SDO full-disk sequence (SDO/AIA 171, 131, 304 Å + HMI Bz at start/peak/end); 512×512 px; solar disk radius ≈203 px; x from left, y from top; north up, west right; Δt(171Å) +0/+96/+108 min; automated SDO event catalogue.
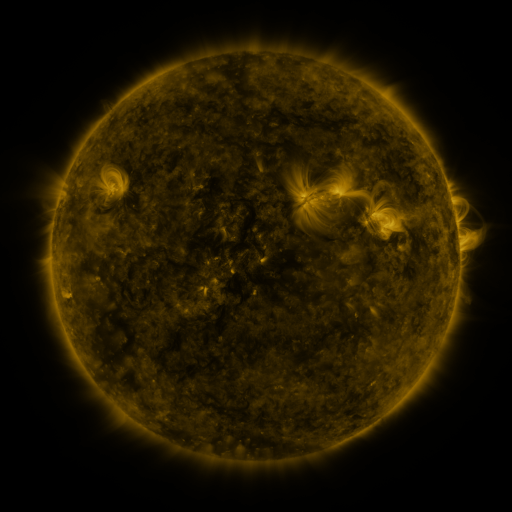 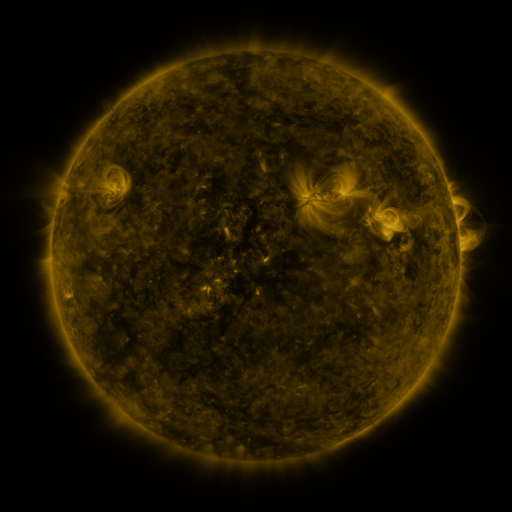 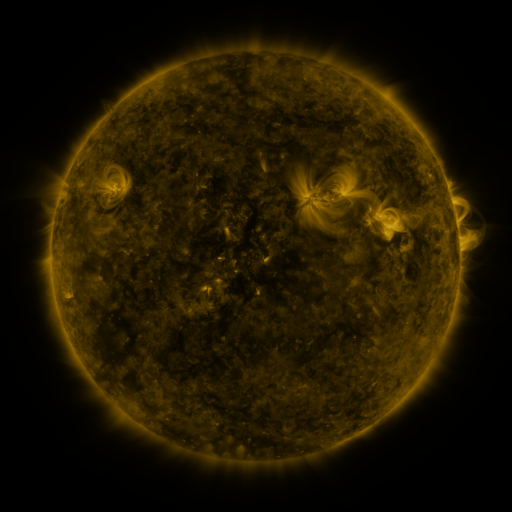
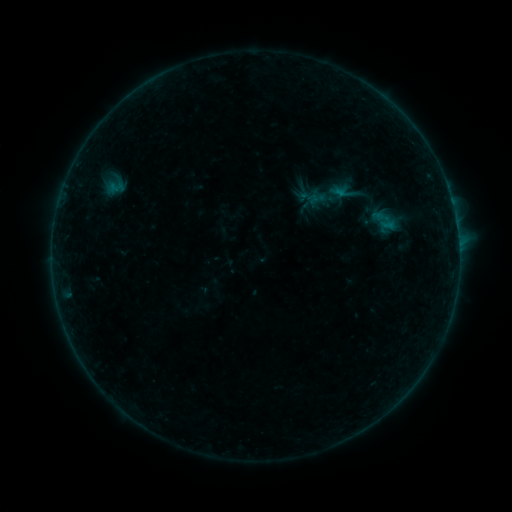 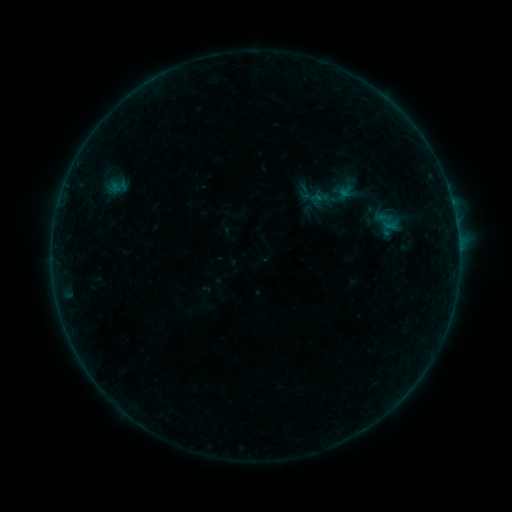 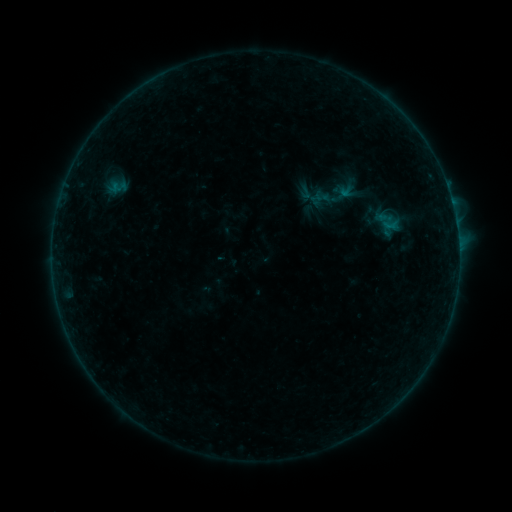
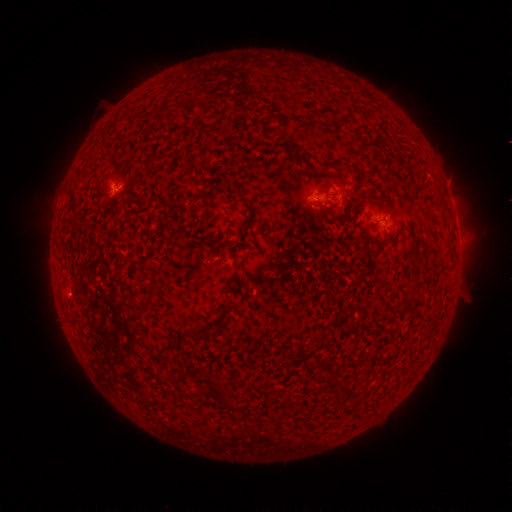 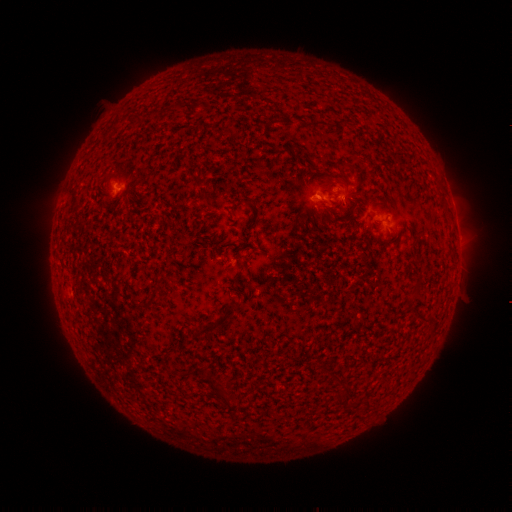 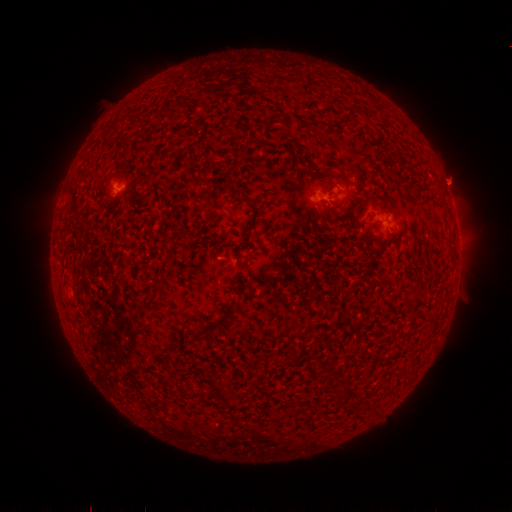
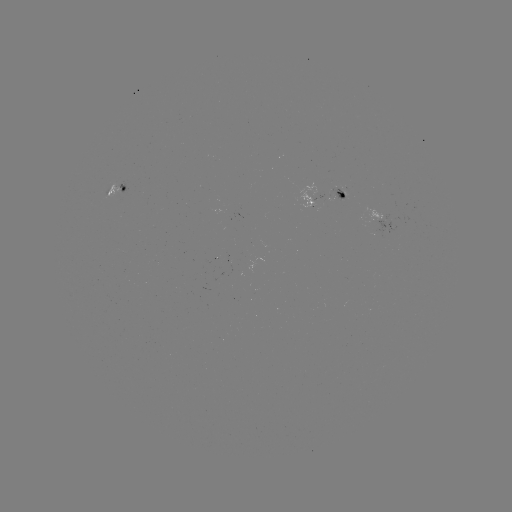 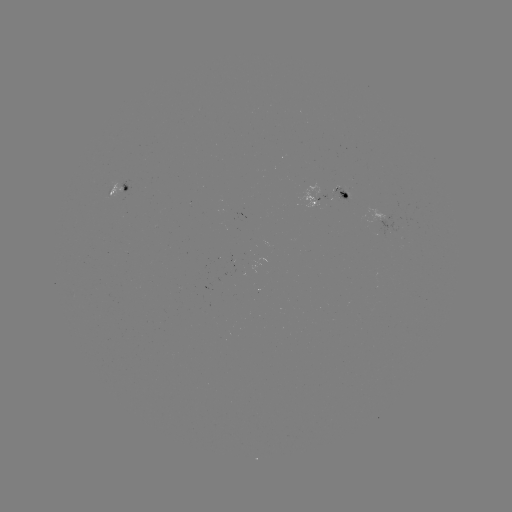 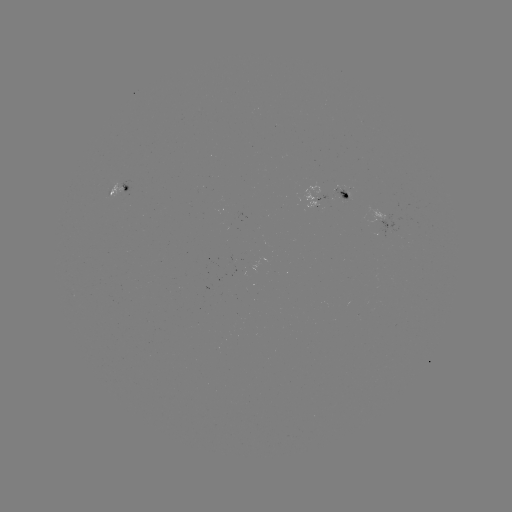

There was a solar emerging-flux region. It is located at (317, 197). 